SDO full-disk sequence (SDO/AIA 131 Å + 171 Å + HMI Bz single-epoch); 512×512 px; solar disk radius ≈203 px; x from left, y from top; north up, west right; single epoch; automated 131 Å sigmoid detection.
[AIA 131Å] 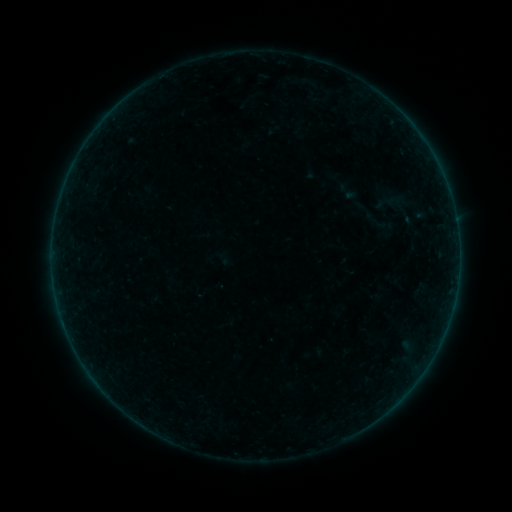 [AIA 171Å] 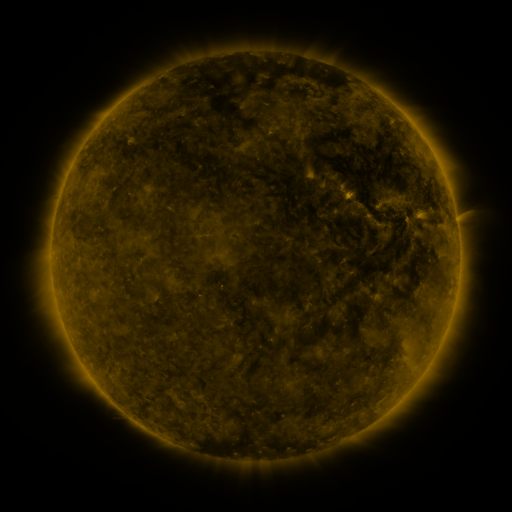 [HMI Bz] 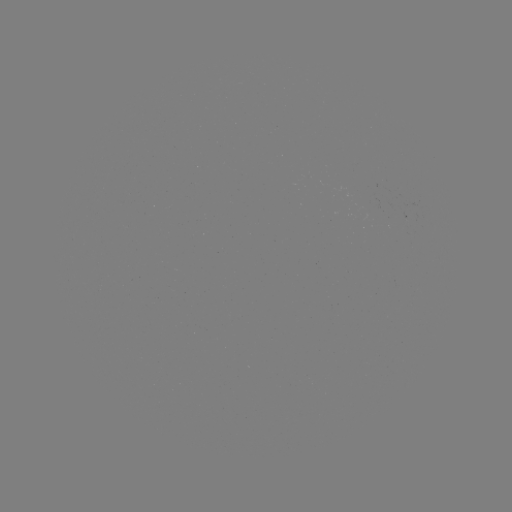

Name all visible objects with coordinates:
sigmoid: (387, 202)
sigmoid: (377, 221)
